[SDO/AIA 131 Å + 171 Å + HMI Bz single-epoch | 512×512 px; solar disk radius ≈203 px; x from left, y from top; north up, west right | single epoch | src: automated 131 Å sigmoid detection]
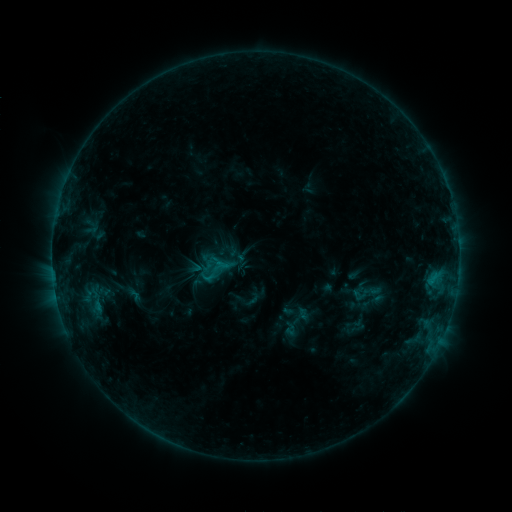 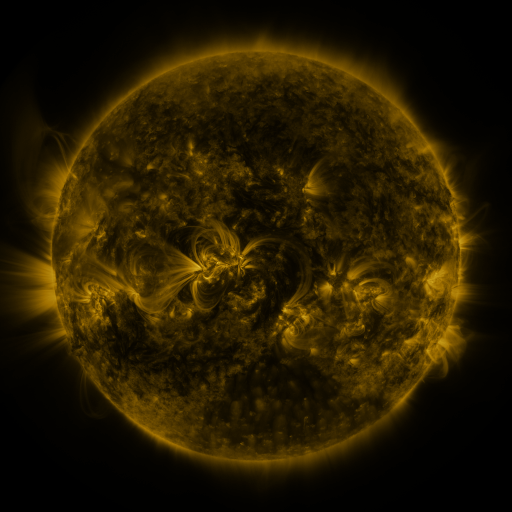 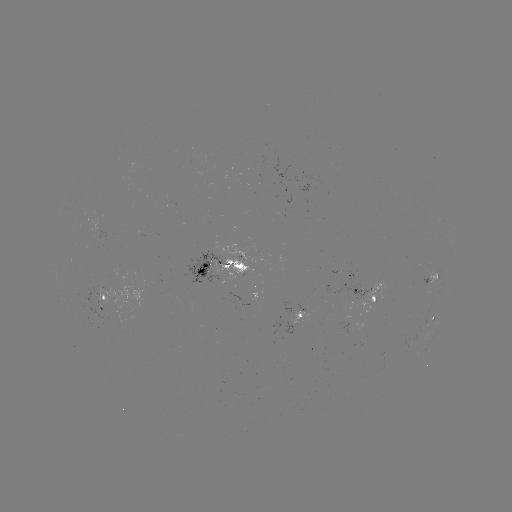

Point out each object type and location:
sigmoid: (214, 272)
sigmoid: (366, 293)
